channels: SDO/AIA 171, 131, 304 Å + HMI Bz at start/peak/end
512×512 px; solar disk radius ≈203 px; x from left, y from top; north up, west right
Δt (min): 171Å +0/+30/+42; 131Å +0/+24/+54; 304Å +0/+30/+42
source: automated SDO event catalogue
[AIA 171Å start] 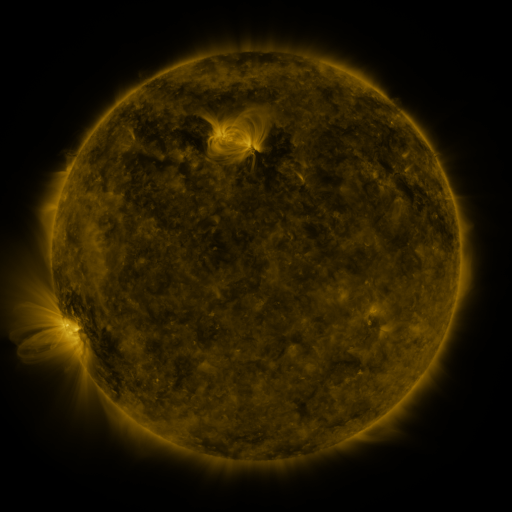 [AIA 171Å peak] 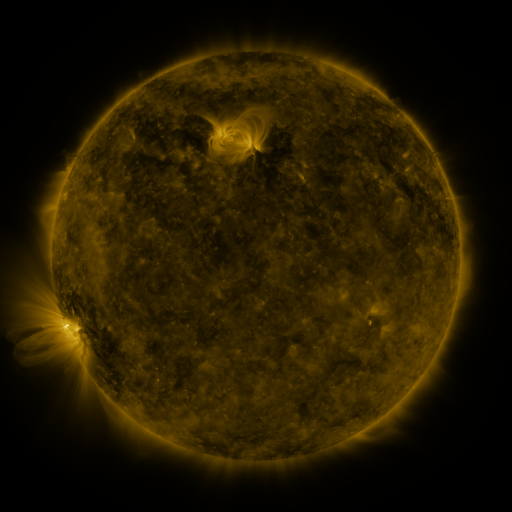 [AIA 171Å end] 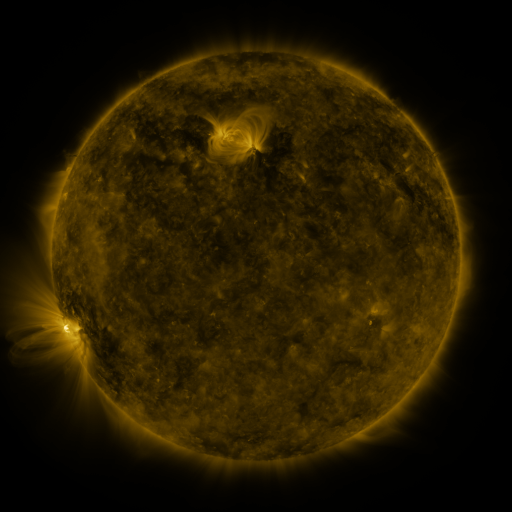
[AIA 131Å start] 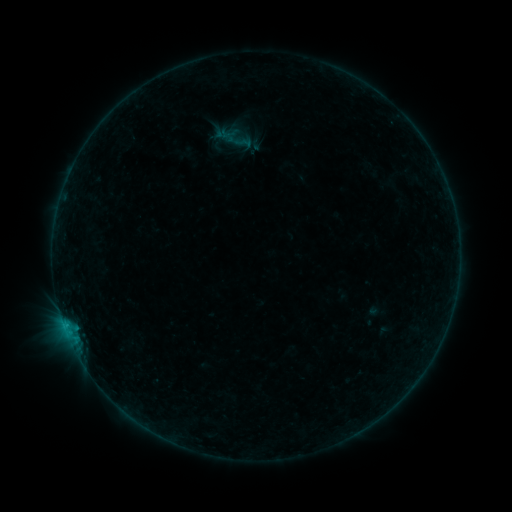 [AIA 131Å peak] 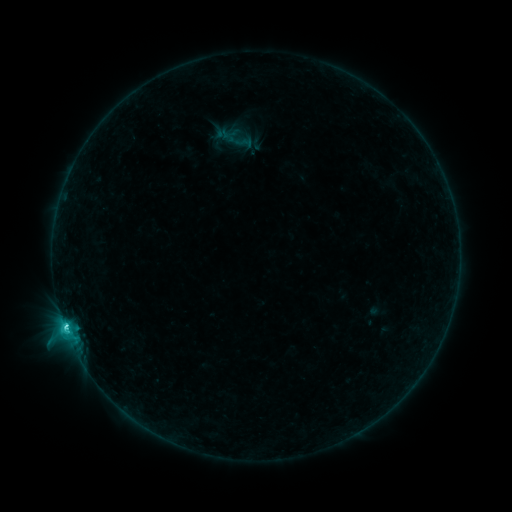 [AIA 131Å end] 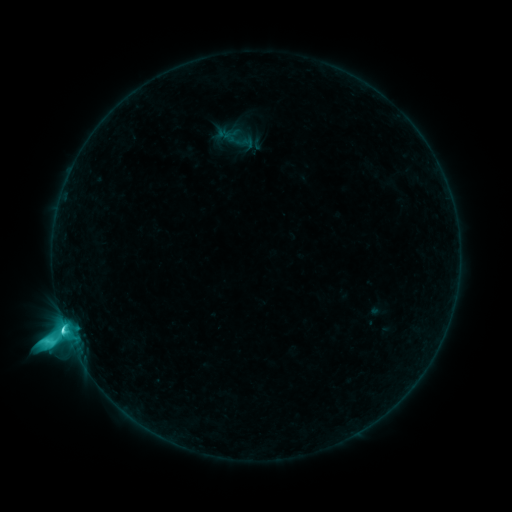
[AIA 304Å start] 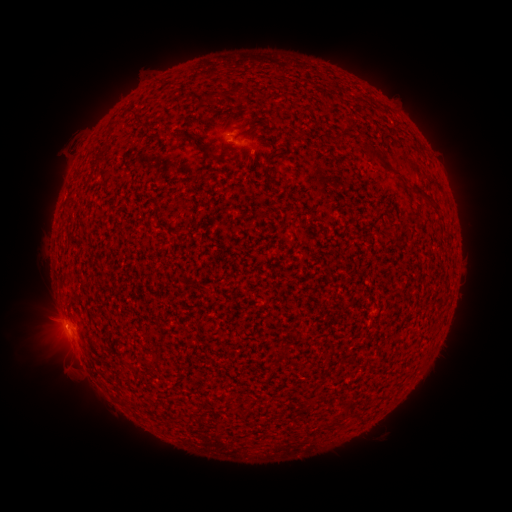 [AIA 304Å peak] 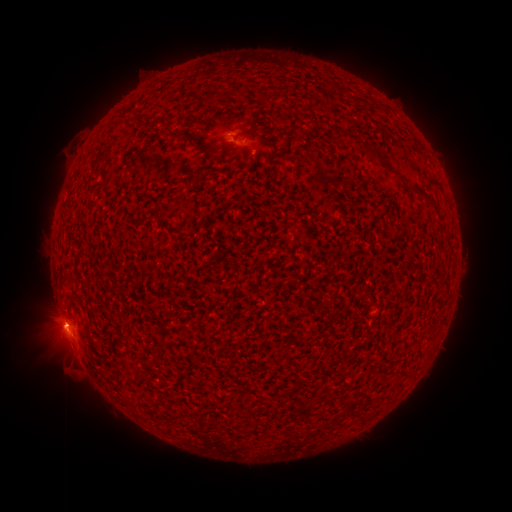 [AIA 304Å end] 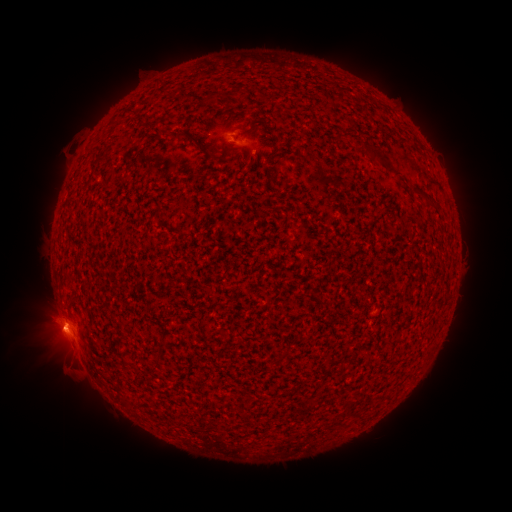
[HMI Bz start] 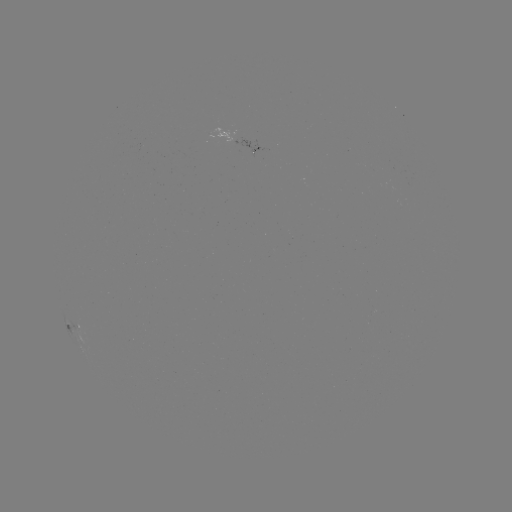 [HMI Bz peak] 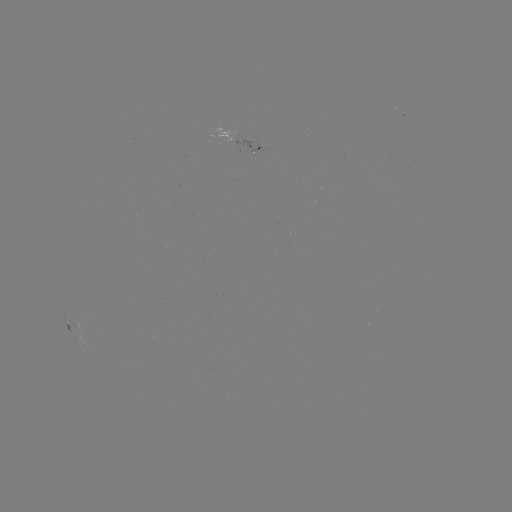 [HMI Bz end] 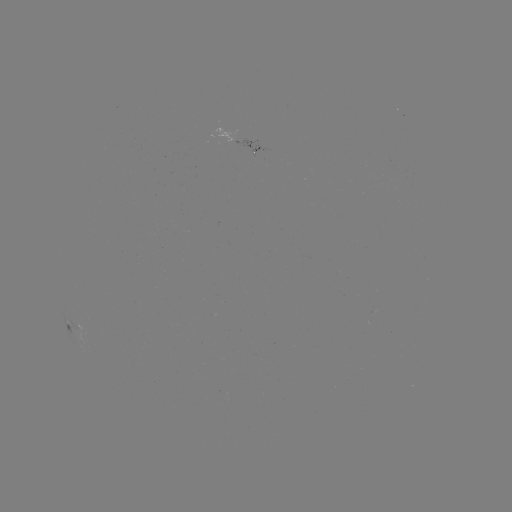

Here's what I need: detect M1.6 flare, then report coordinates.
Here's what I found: M1.6 flare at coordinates (249, 459).